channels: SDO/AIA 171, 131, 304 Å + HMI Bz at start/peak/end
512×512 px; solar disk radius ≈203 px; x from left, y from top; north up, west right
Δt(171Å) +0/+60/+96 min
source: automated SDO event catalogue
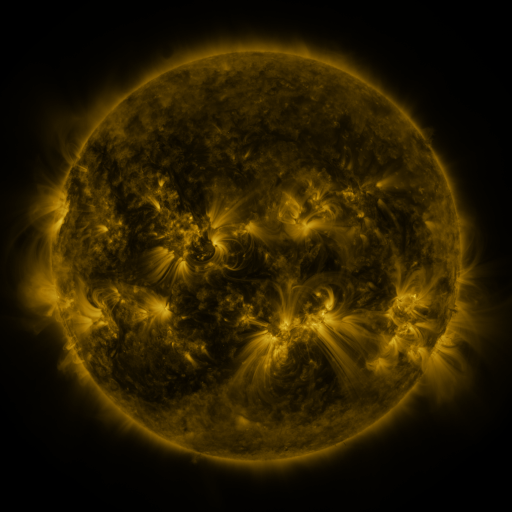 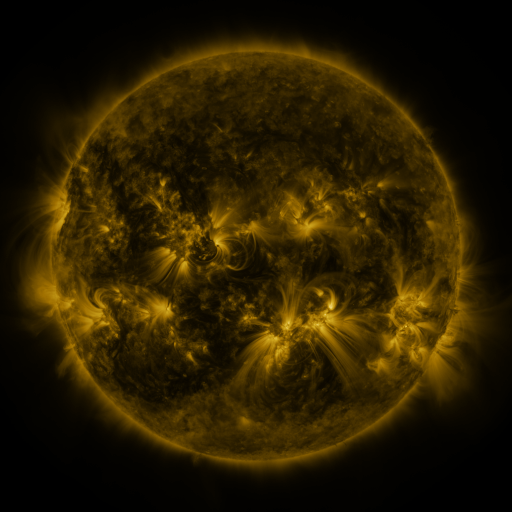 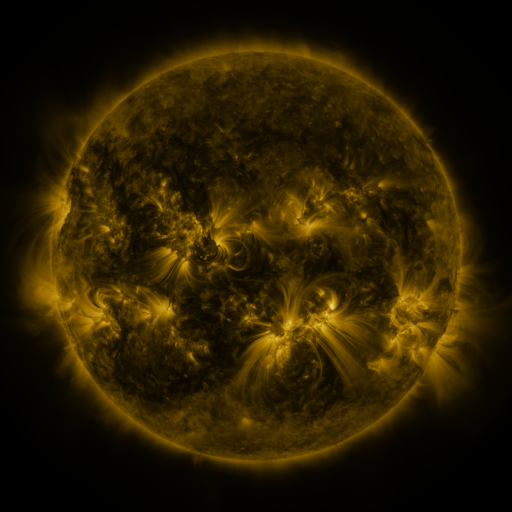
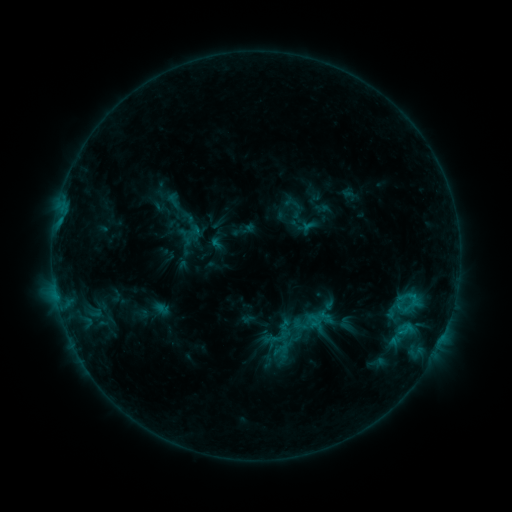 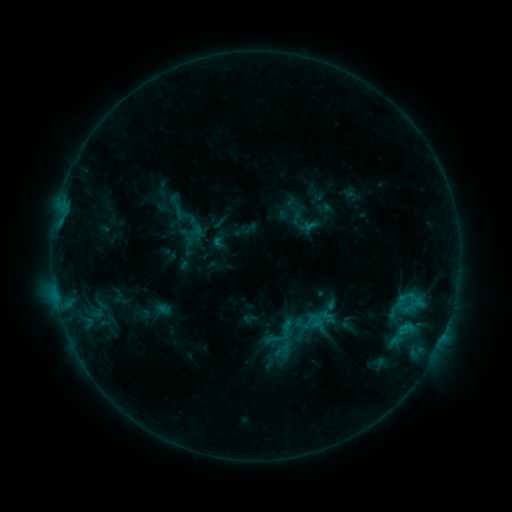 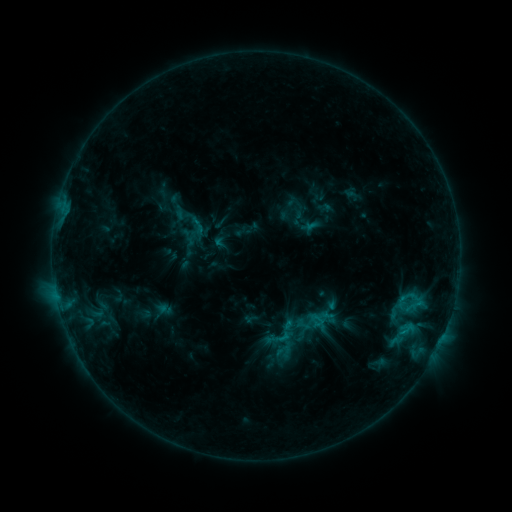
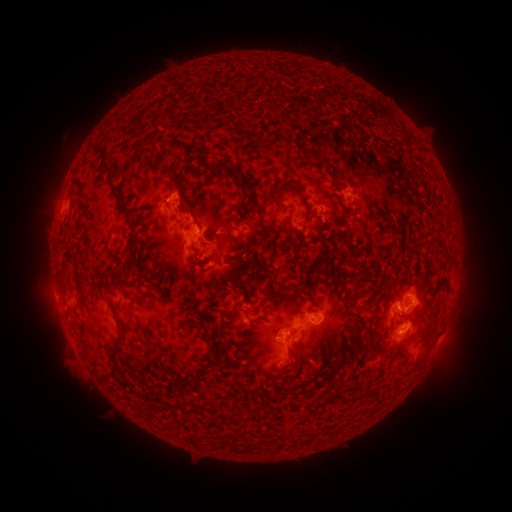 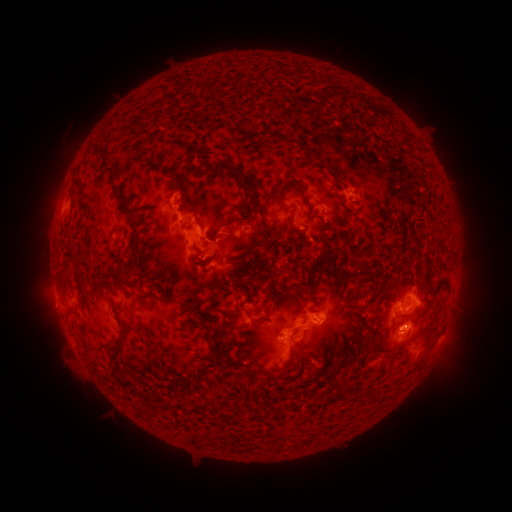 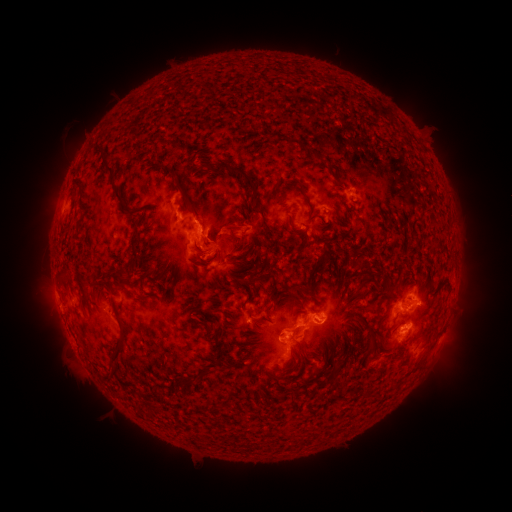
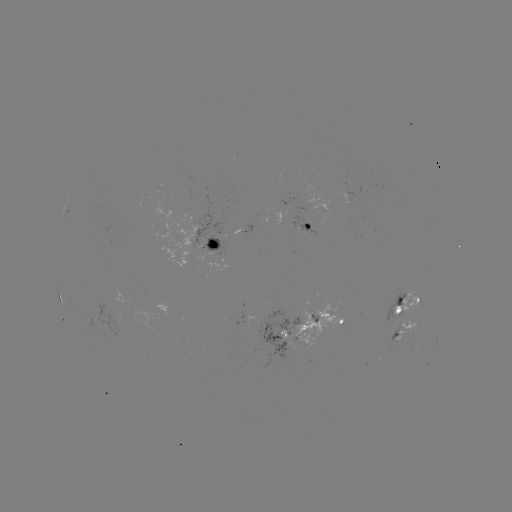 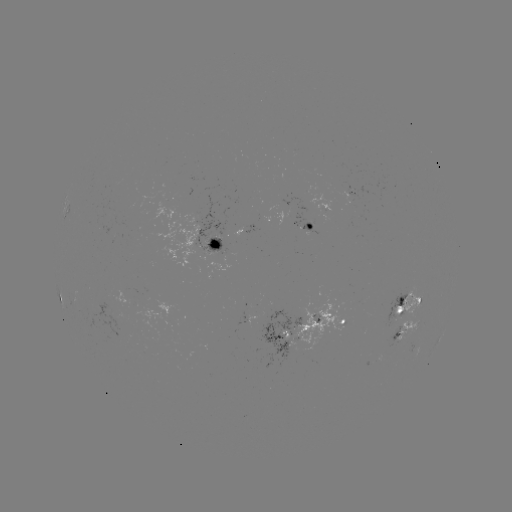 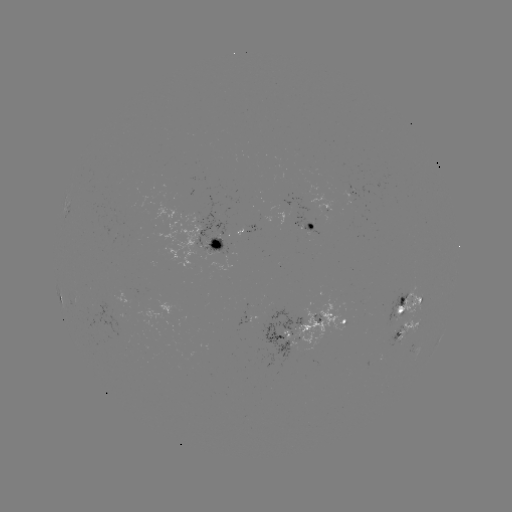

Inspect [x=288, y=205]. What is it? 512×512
emerging-flux region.